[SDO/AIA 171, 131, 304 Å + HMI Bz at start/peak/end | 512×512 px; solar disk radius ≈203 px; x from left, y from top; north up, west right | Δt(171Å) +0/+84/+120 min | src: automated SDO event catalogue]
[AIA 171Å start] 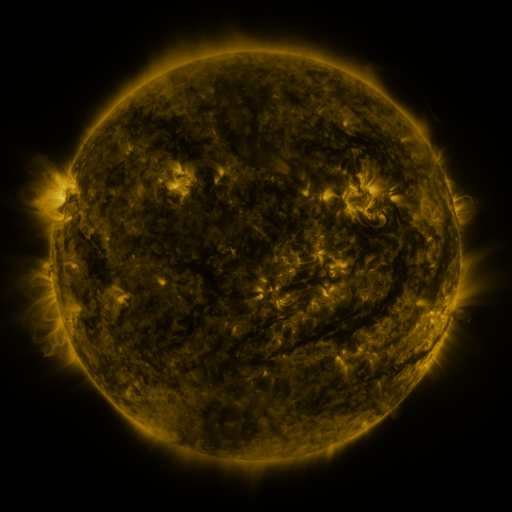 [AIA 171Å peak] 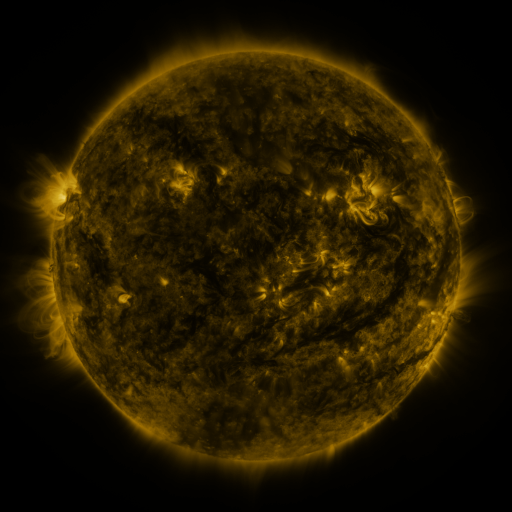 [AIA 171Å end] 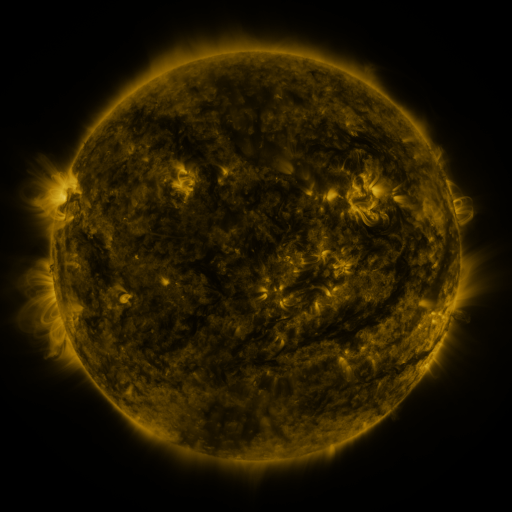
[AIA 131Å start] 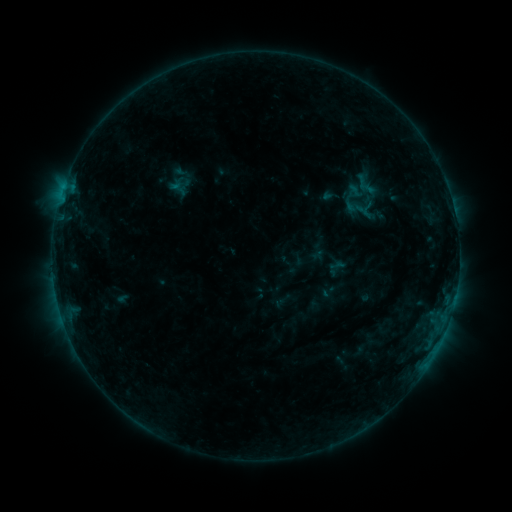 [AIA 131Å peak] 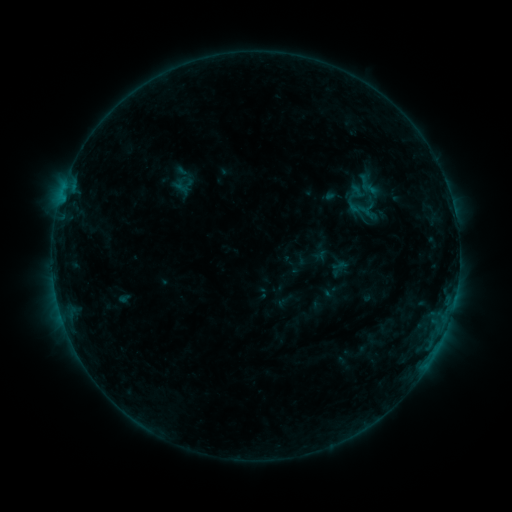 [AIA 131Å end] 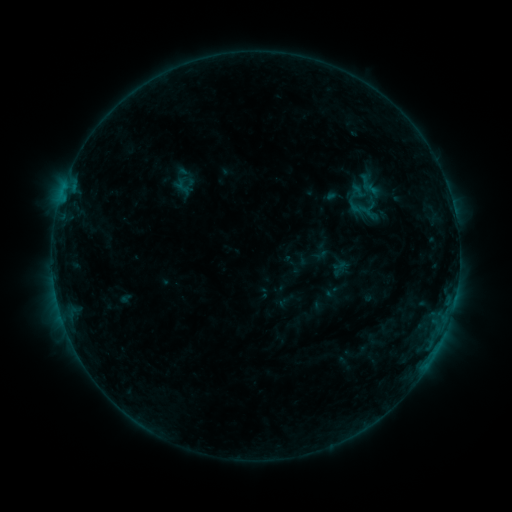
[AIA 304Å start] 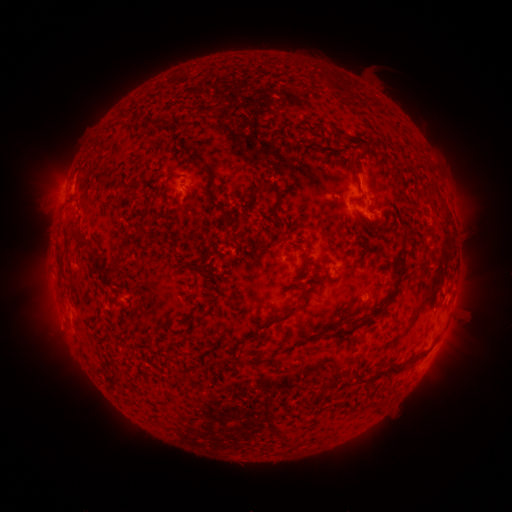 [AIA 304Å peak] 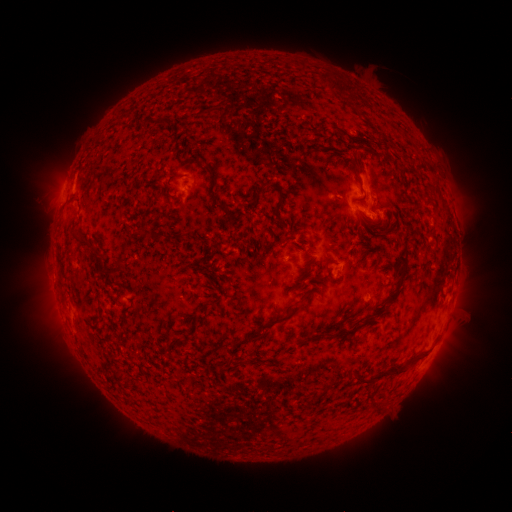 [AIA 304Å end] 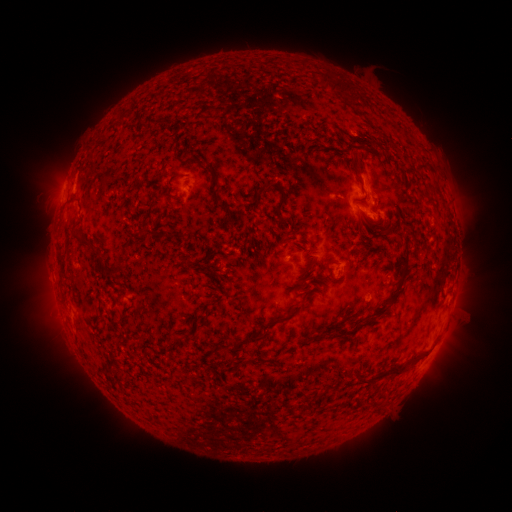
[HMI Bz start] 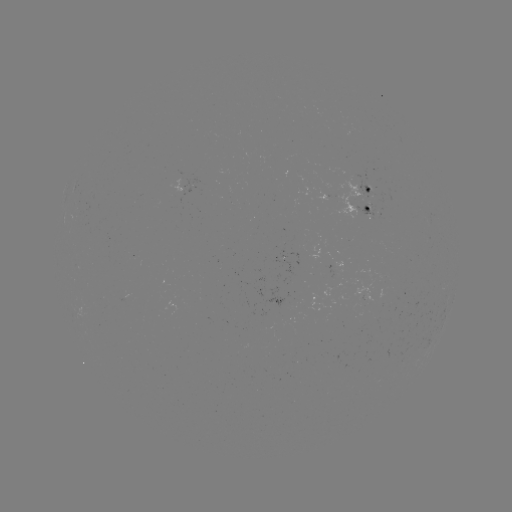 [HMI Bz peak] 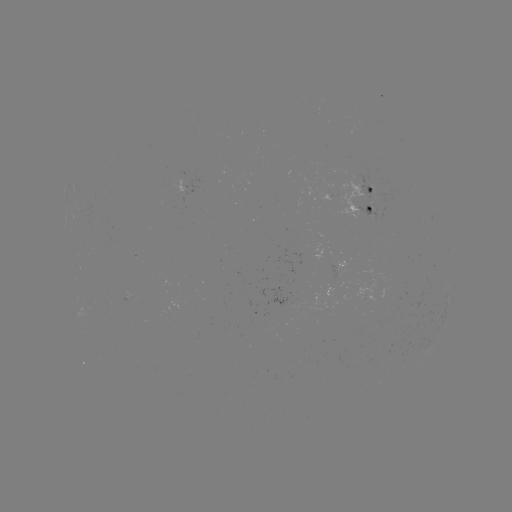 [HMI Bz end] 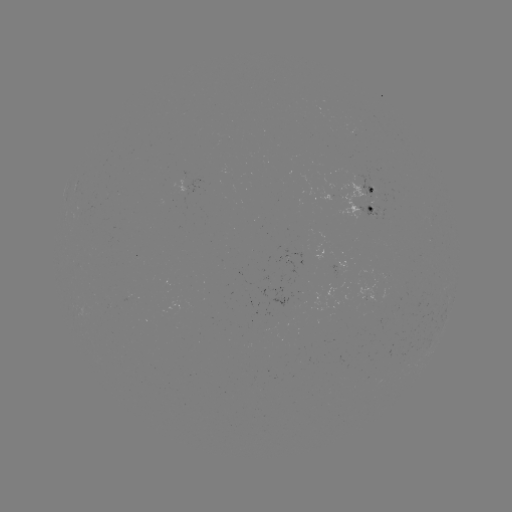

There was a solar emerging-flux region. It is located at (353, 133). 